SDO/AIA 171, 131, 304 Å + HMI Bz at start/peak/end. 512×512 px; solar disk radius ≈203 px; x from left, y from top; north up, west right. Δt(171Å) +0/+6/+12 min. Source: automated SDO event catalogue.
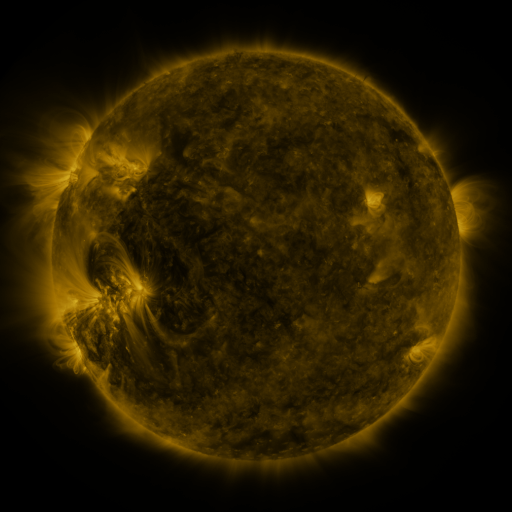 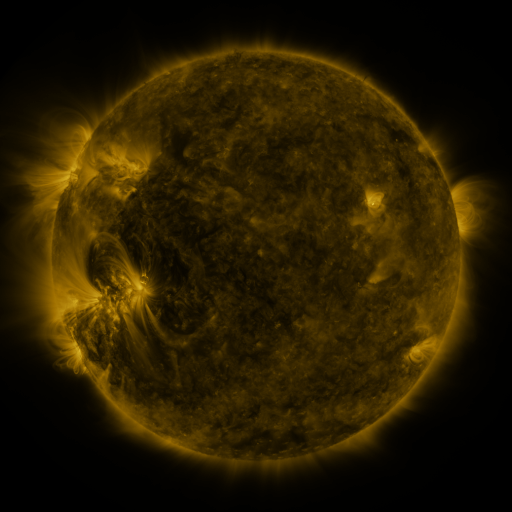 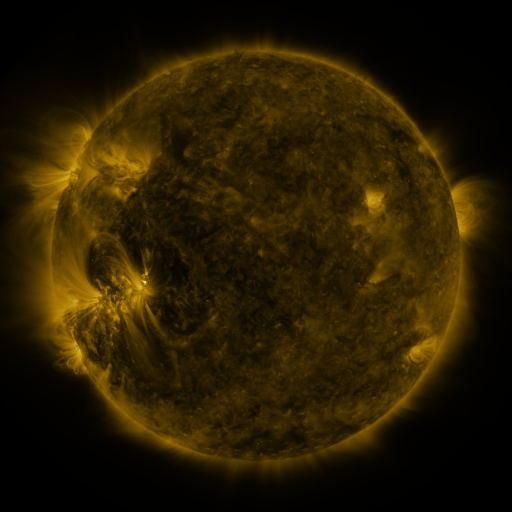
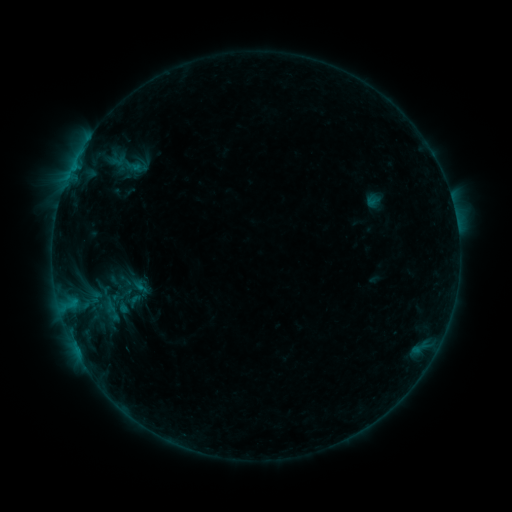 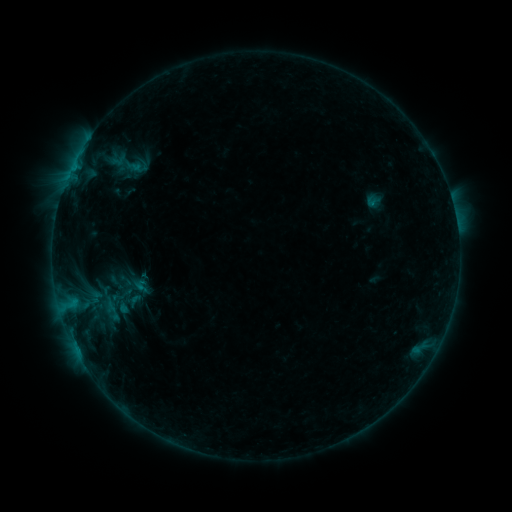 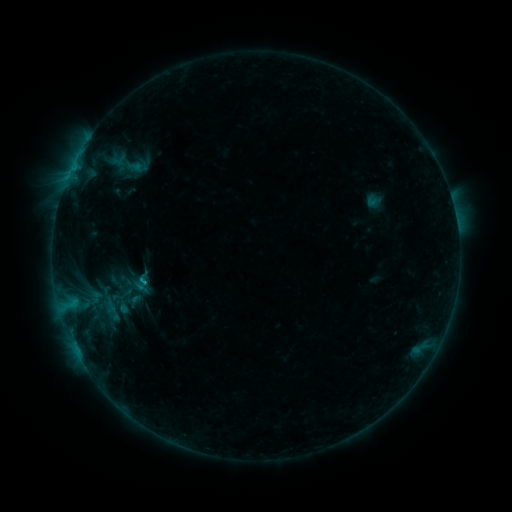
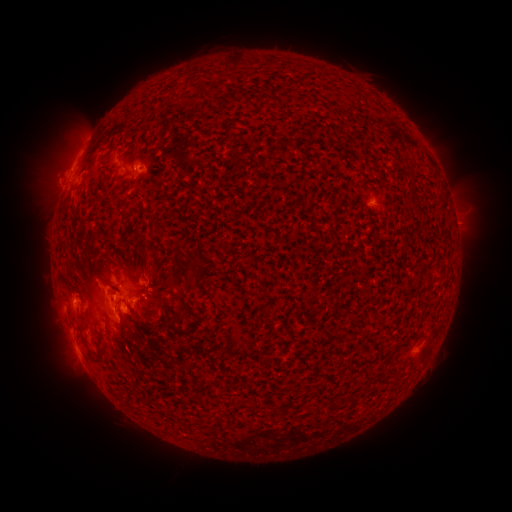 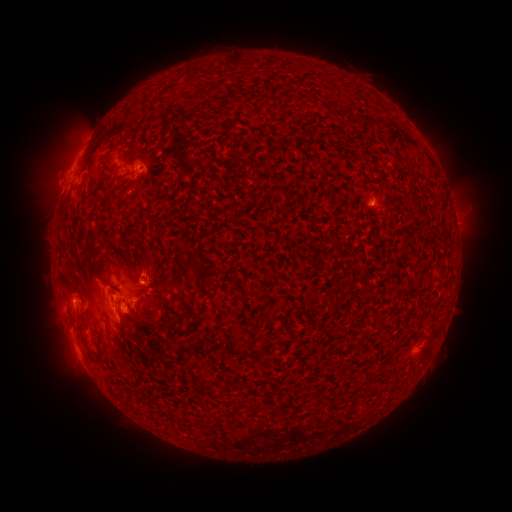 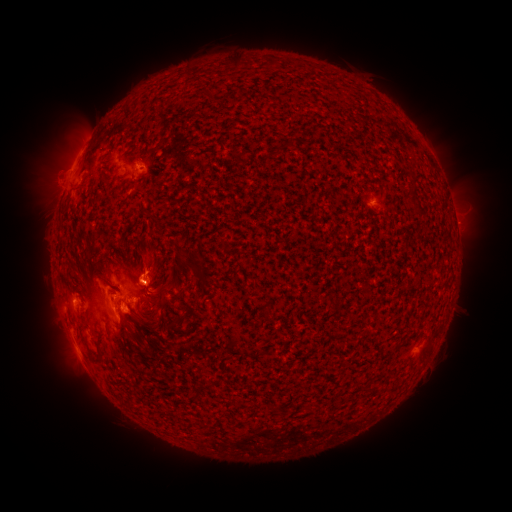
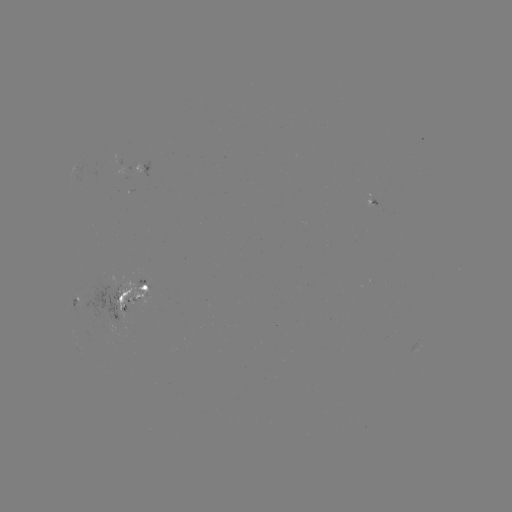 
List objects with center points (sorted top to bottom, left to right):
eruption: (149, 265)
